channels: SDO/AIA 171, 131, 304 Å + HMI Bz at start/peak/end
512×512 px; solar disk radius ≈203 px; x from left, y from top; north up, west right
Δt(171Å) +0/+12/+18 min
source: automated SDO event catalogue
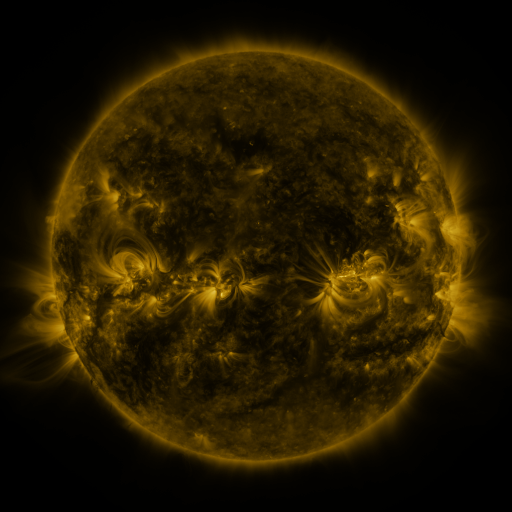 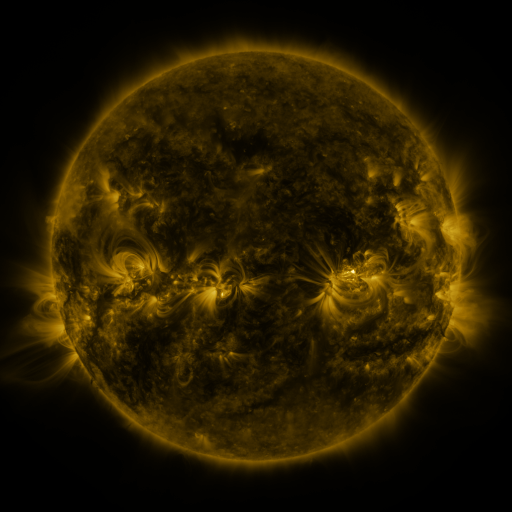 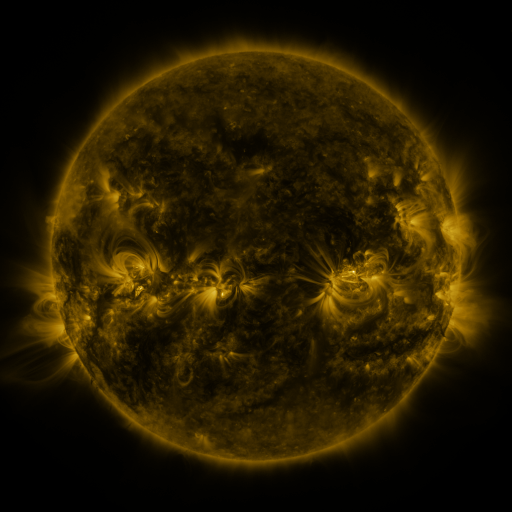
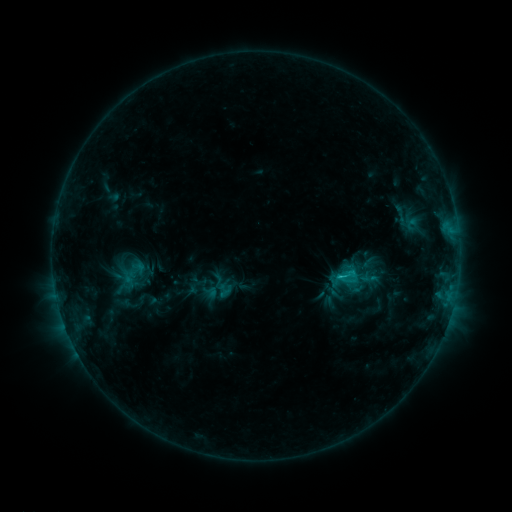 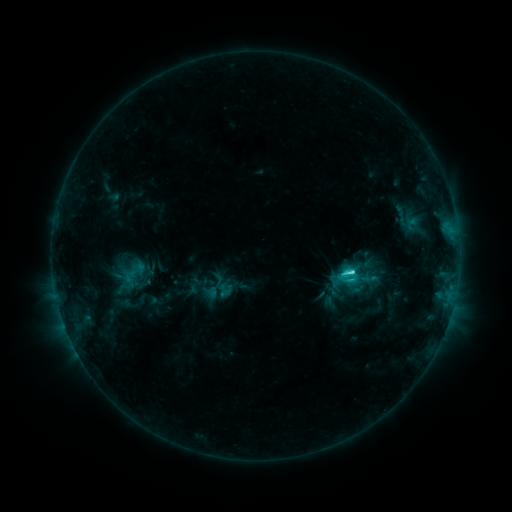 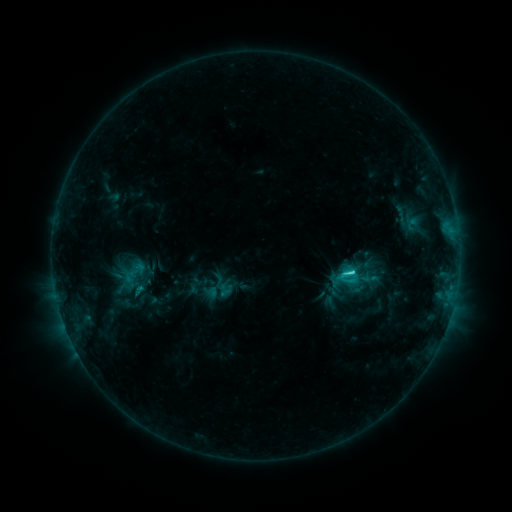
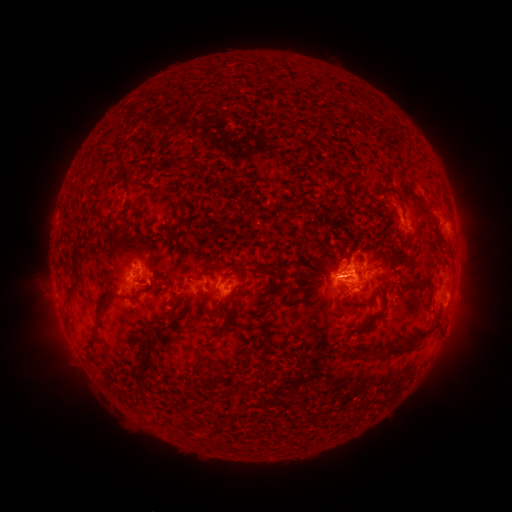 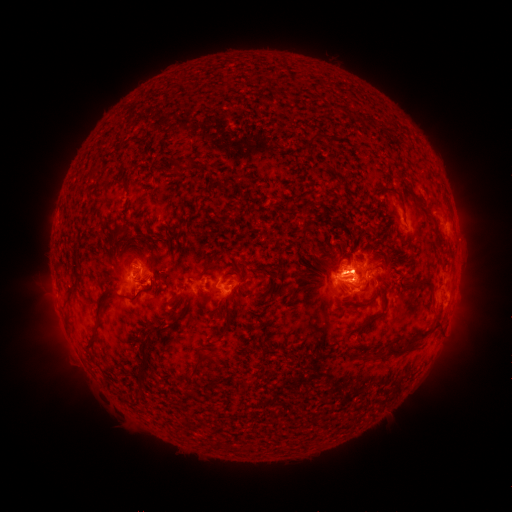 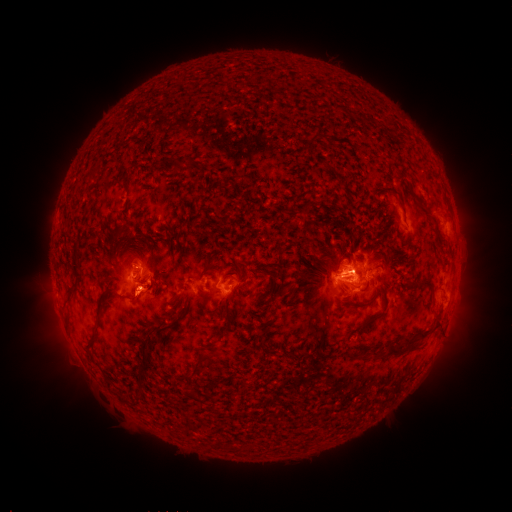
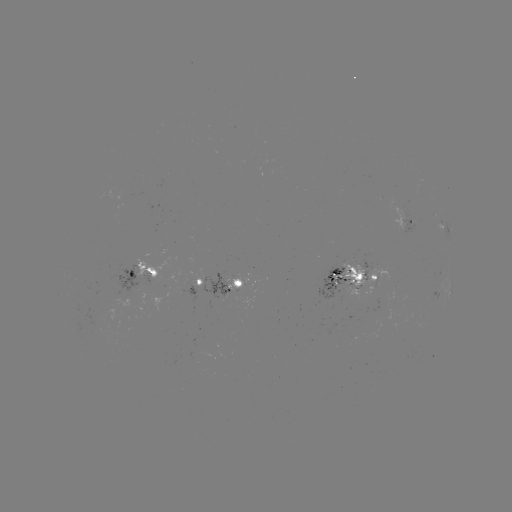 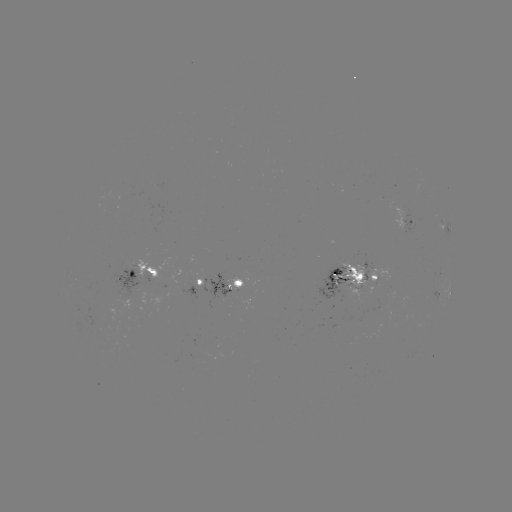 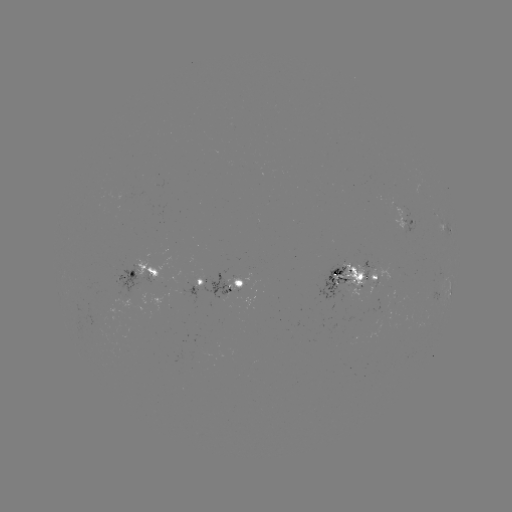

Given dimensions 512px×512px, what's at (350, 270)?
C3.8 flare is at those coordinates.